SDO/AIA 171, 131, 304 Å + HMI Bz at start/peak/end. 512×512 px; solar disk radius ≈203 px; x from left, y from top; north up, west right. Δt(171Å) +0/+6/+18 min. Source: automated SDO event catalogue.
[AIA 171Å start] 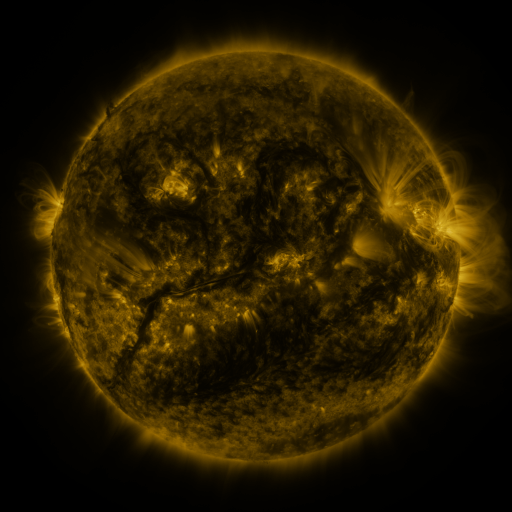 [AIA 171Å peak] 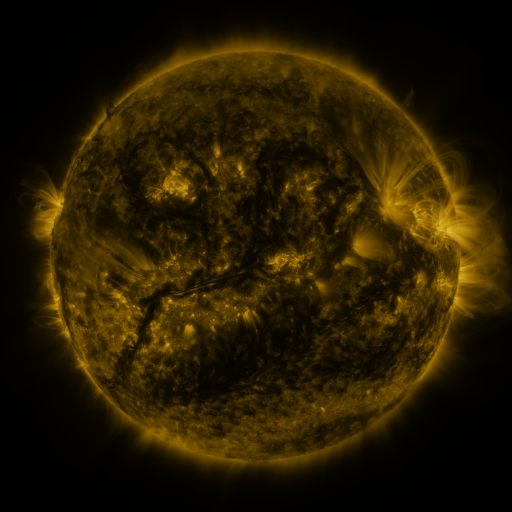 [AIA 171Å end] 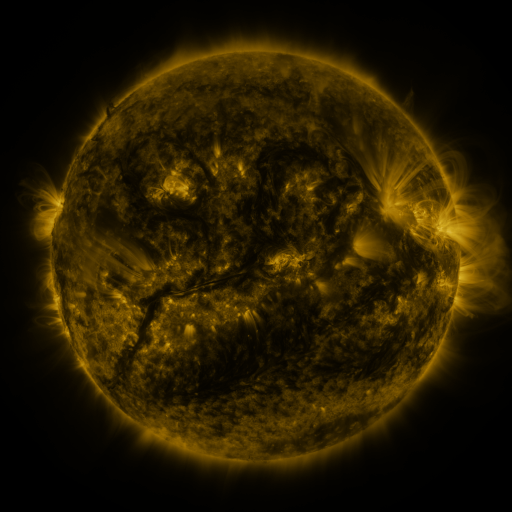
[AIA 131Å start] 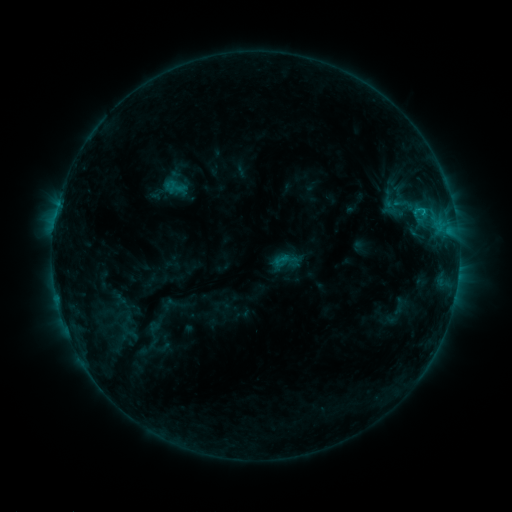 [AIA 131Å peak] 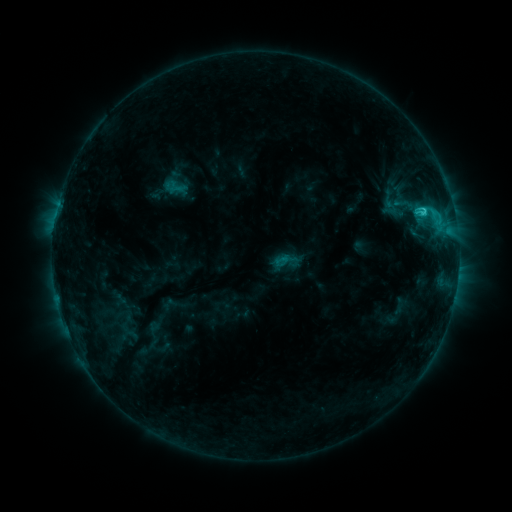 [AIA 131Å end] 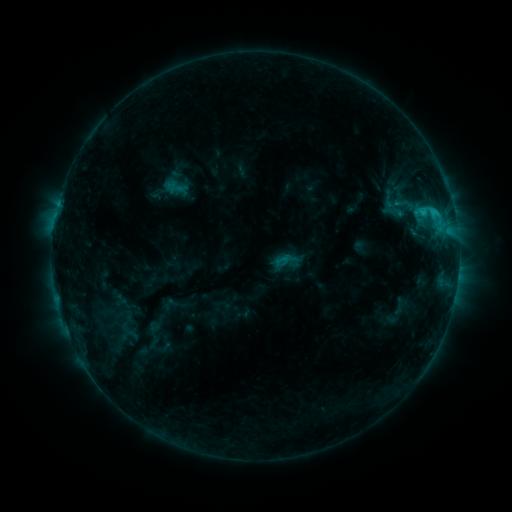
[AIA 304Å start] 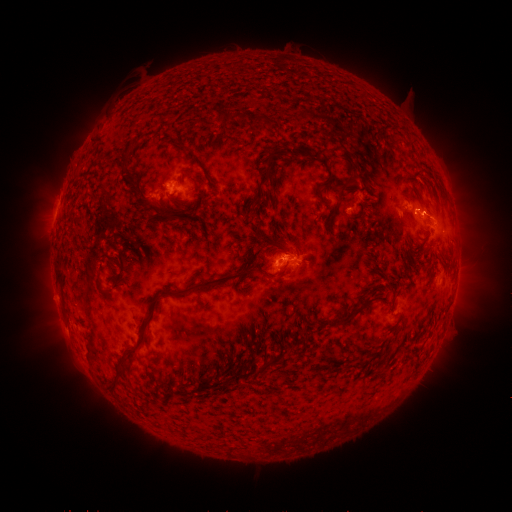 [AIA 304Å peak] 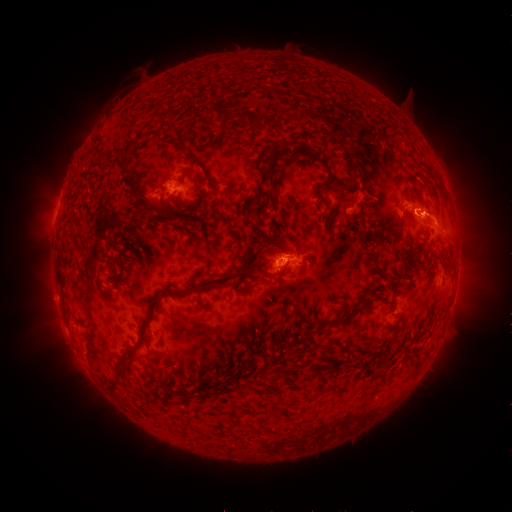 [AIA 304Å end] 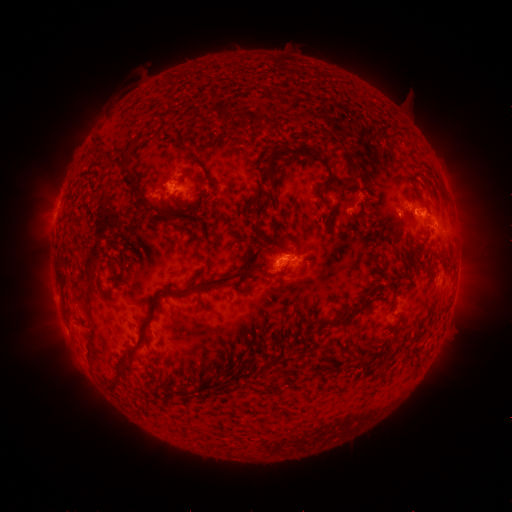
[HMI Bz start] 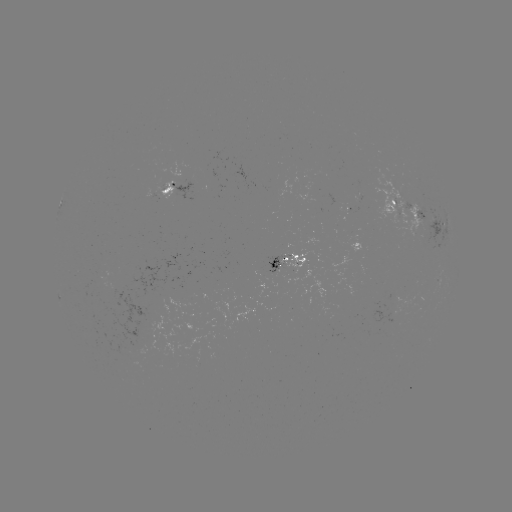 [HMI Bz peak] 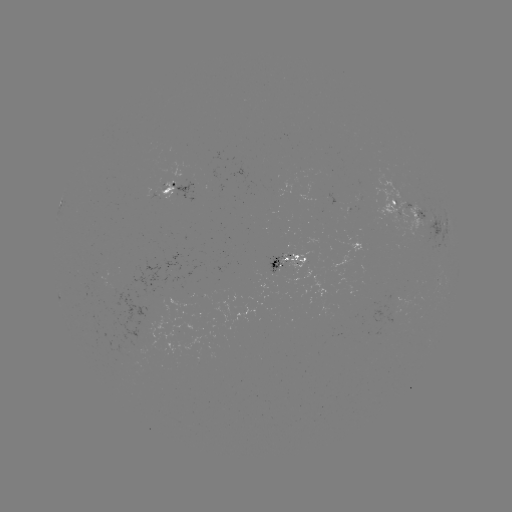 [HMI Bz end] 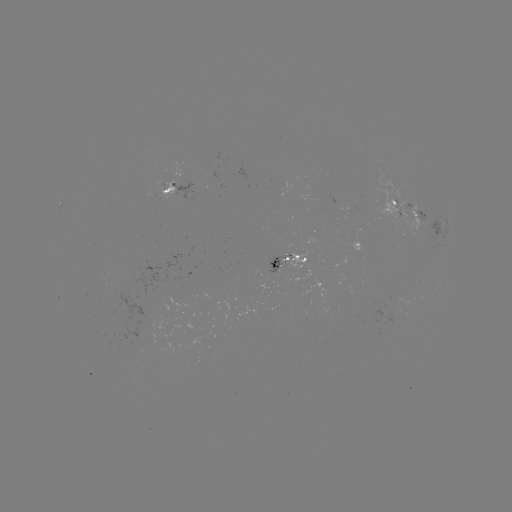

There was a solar flare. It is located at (422, 211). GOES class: C2.3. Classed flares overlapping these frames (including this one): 1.